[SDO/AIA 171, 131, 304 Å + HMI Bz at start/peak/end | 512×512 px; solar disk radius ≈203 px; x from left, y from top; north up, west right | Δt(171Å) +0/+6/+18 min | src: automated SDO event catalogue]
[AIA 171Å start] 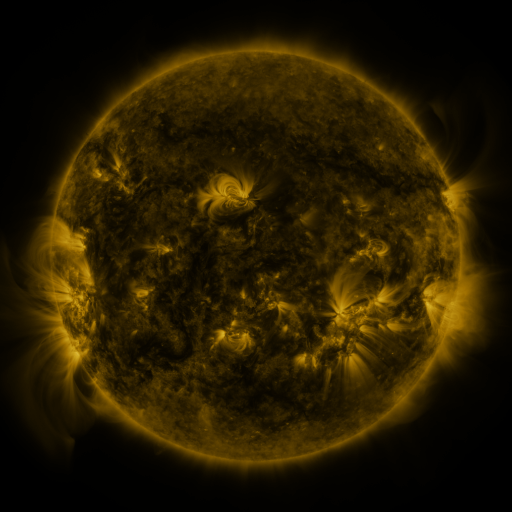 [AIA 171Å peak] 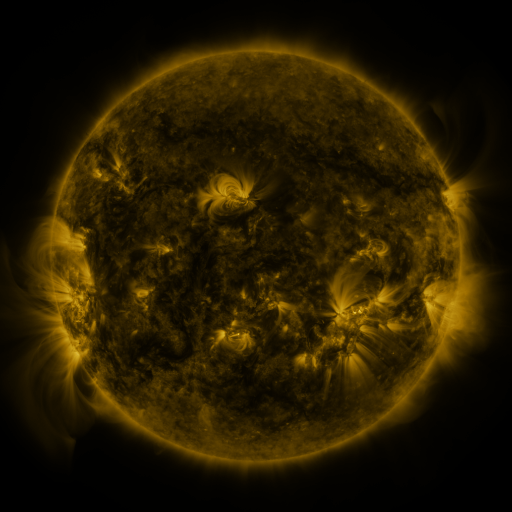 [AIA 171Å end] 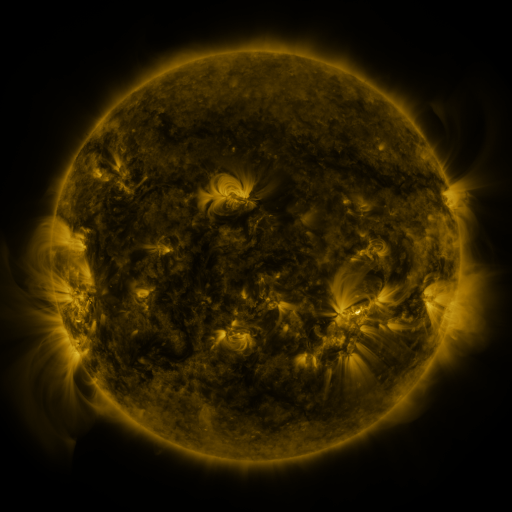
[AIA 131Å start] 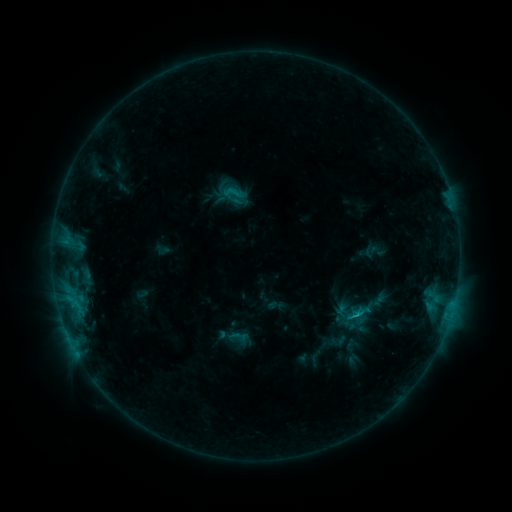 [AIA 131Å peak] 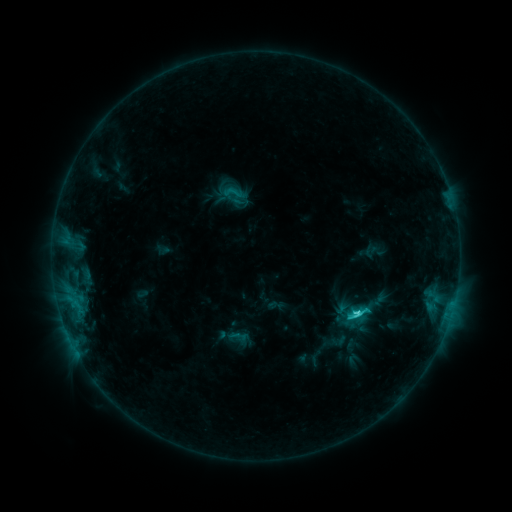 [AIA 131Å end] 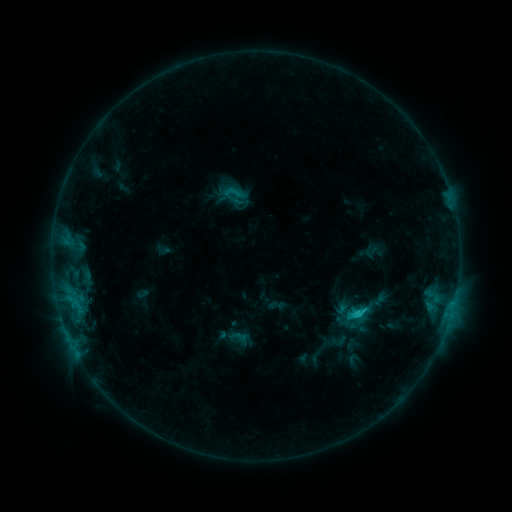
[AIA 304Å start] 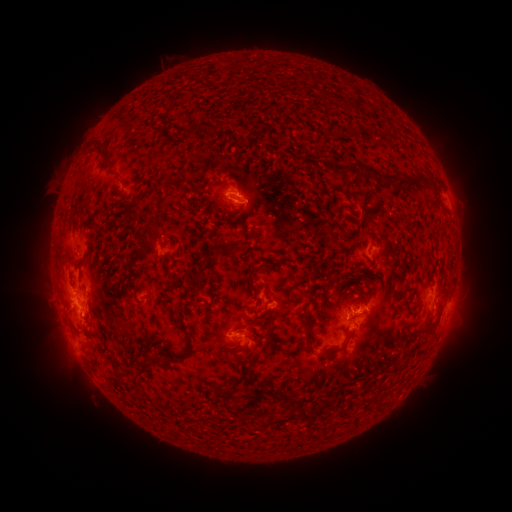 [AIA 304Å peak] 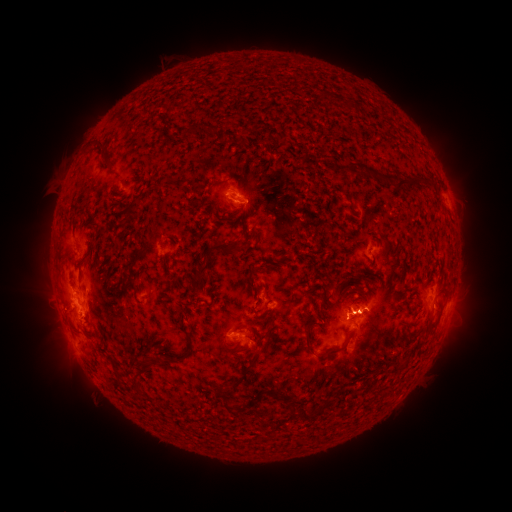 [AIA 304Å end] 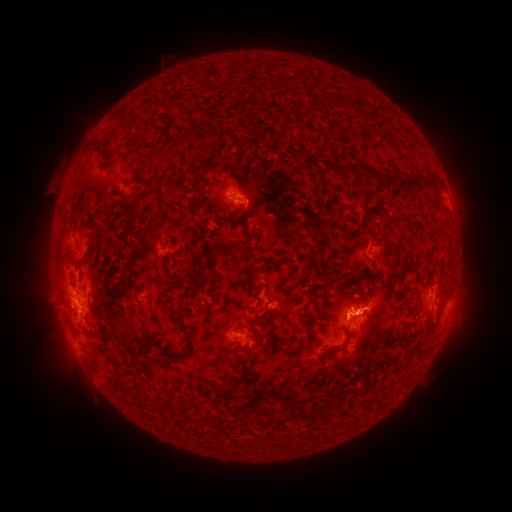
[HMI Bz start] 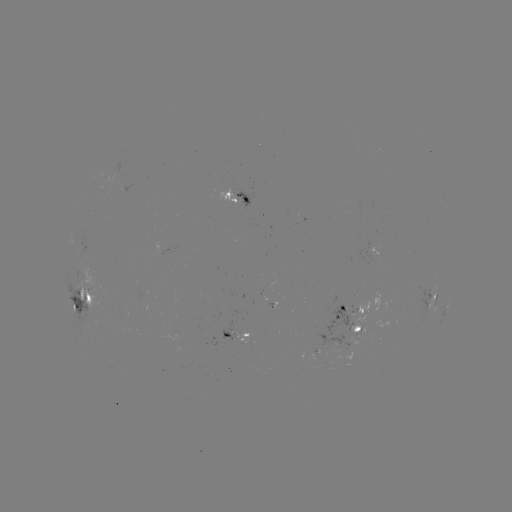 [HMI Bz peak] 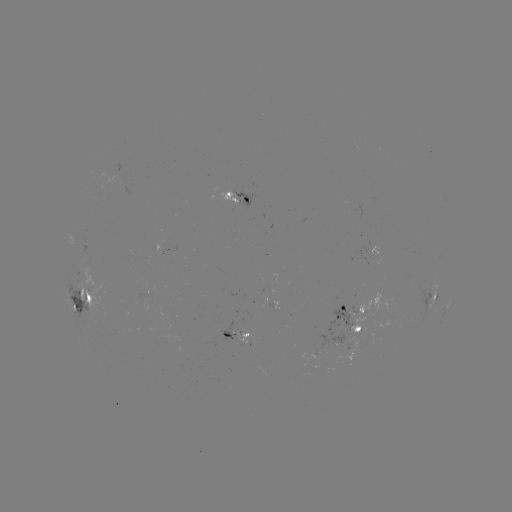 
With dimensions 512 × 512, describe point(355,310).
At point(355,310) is C3.2 flare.